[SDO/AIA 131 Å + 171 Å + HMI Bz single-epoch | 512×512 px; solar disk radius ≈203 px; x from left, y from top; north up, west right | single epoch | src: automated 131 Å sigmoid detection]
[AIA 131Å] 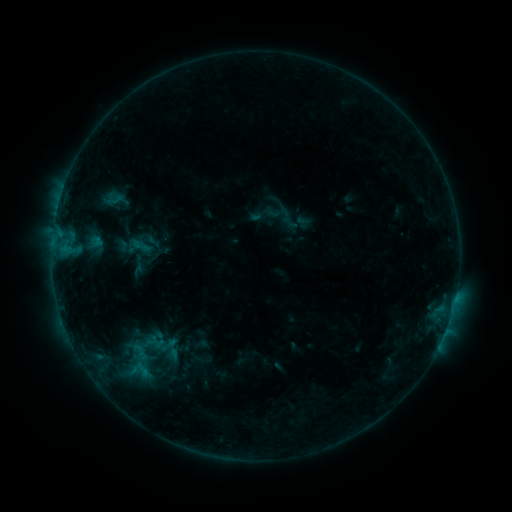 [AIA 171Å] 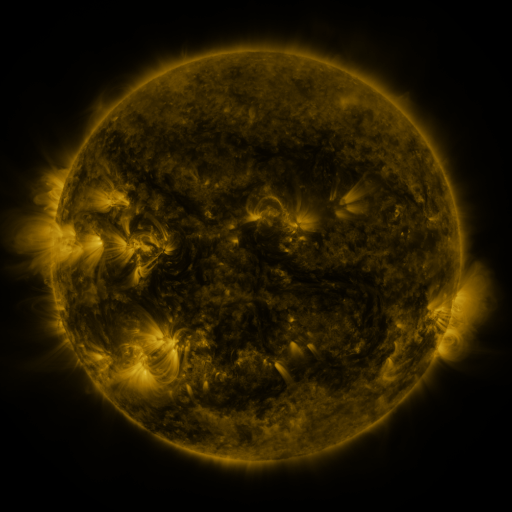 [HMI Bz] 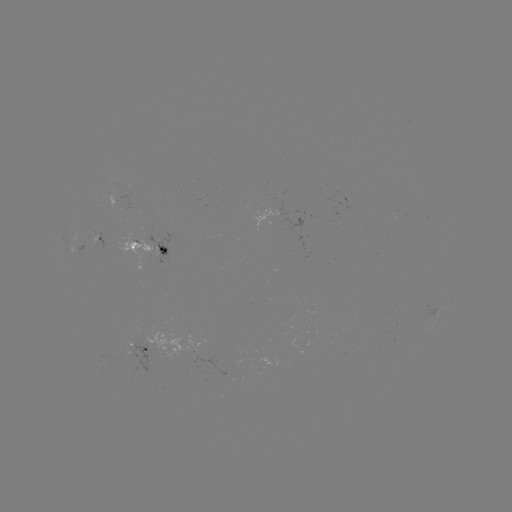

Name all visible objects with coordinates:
sigmoid: (280, 213)
sigmoid: (291, 223)
sigmoid: (154, 242)
sigmoid: (139, 247)
sigmoid: (138, 370)
